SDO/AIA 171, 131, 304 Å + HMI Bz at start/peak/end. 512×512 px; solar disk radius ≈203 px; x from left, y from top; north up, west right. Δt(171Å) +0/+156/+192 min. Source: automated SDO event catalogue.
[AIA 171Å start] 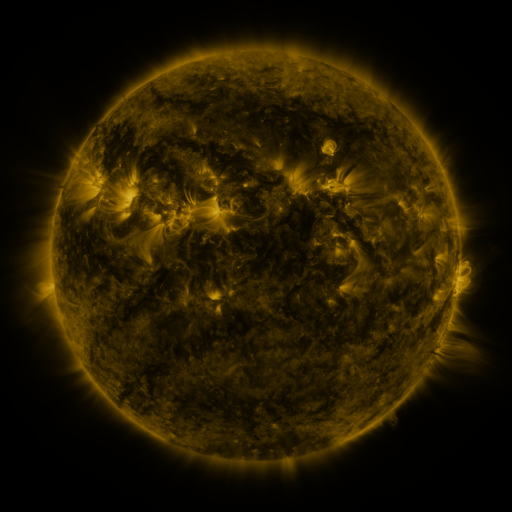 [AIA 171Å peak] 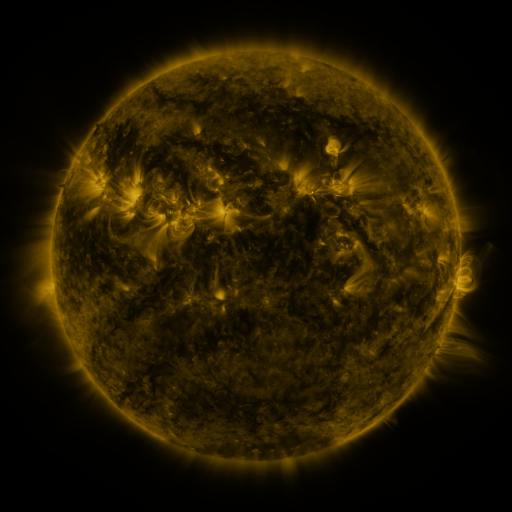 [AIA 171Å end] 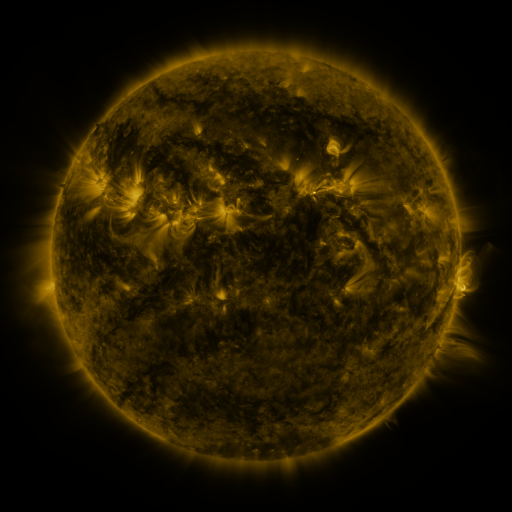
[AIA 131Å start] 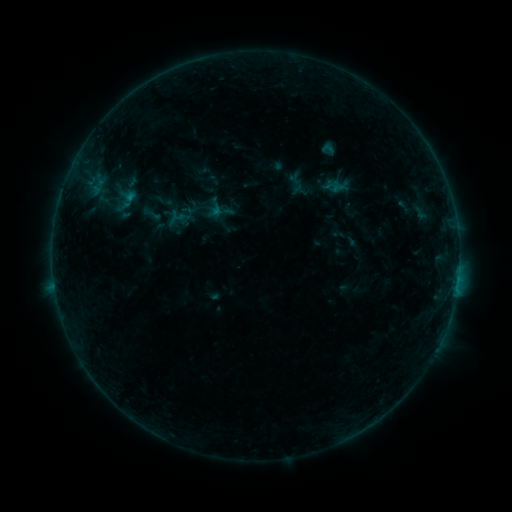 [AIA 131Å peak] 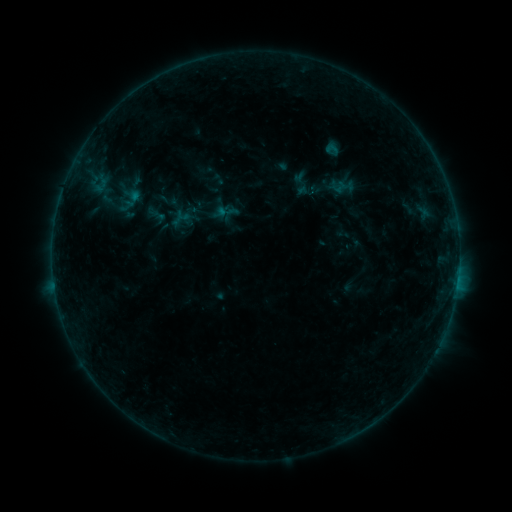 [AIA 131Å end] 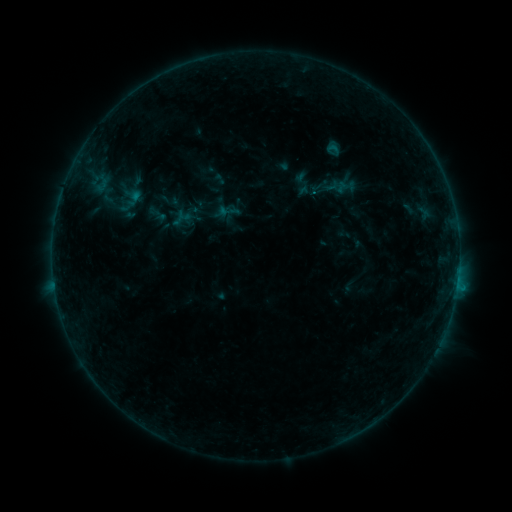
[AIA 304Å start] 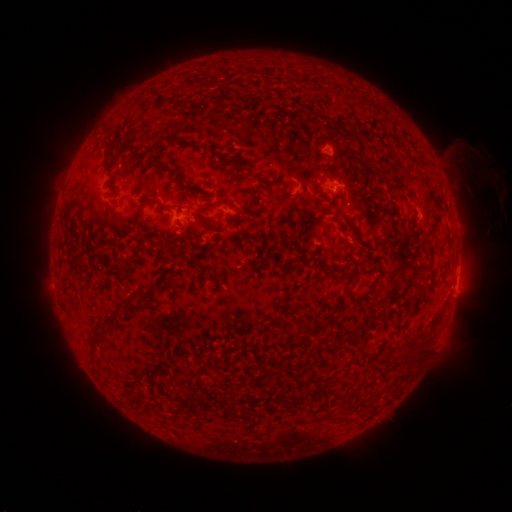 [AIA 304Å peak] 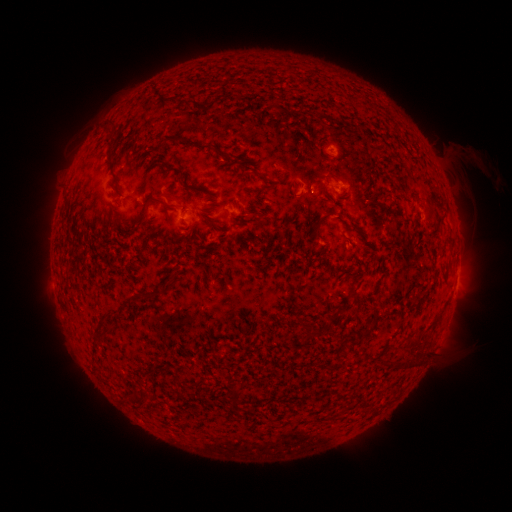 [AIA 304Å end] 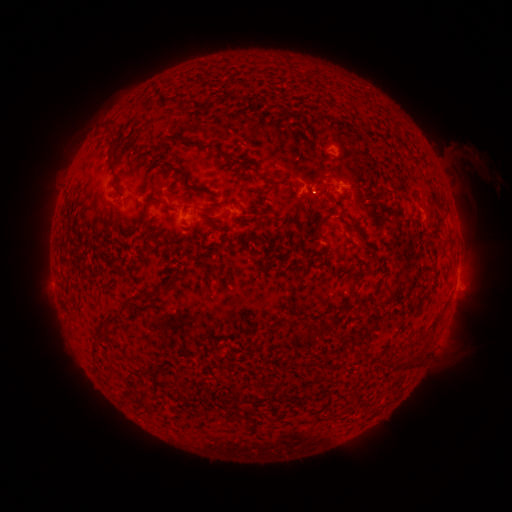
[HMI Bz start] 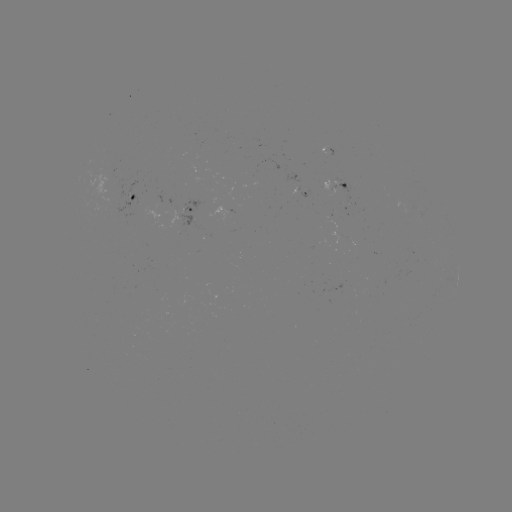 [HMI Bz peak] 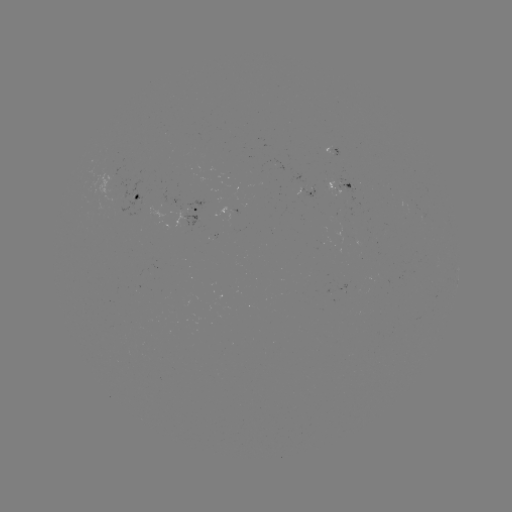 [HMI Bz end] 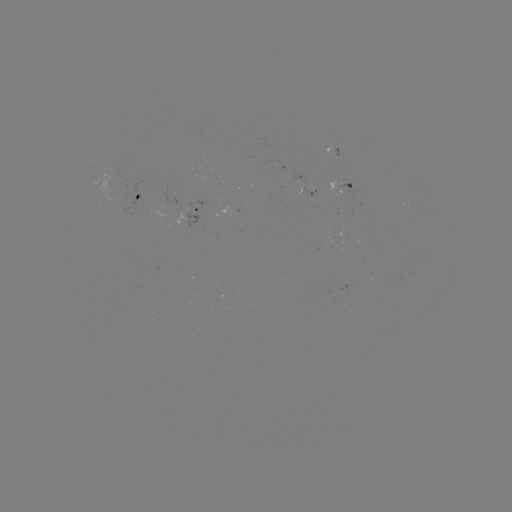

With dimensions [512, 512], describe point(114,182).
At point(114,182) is emerging-flux region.